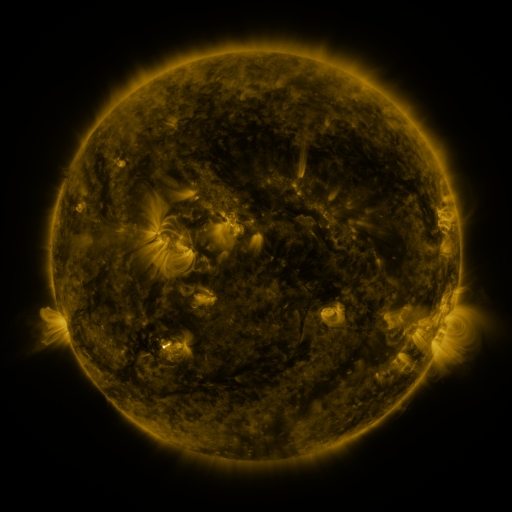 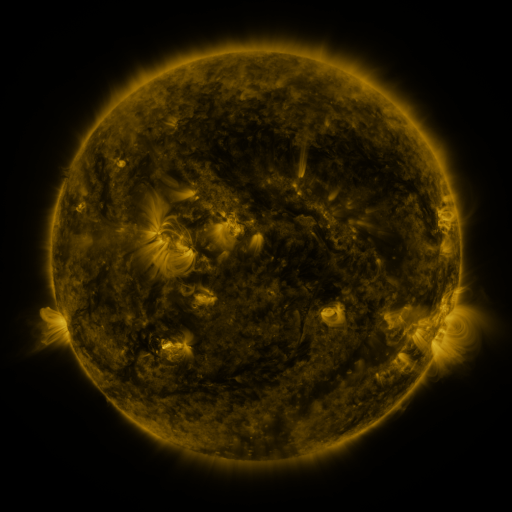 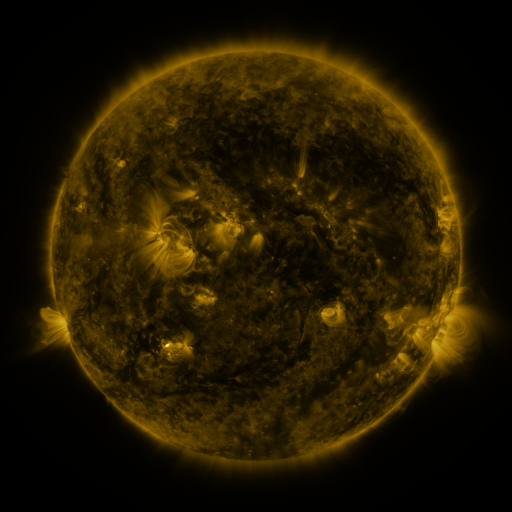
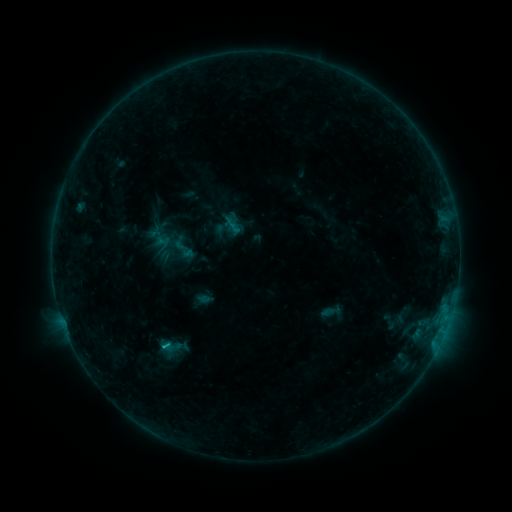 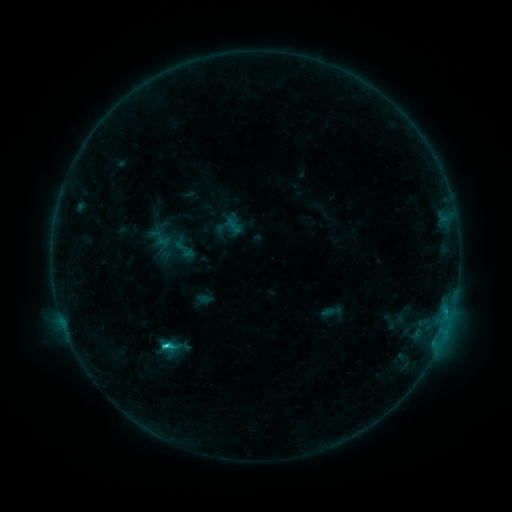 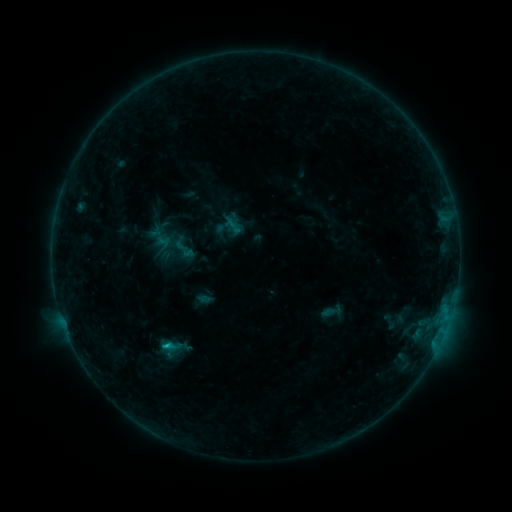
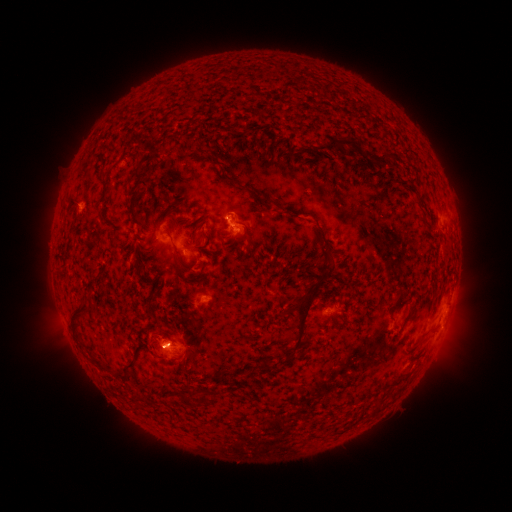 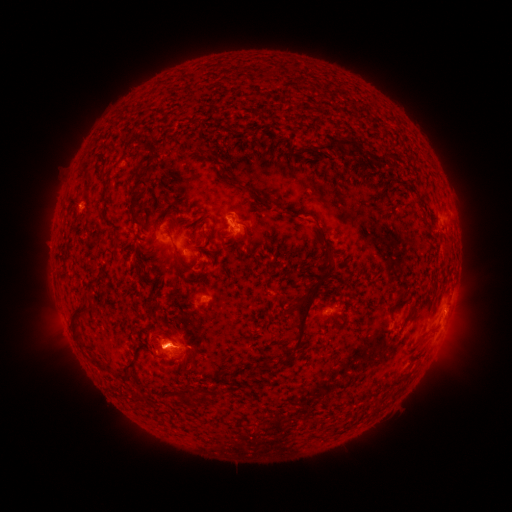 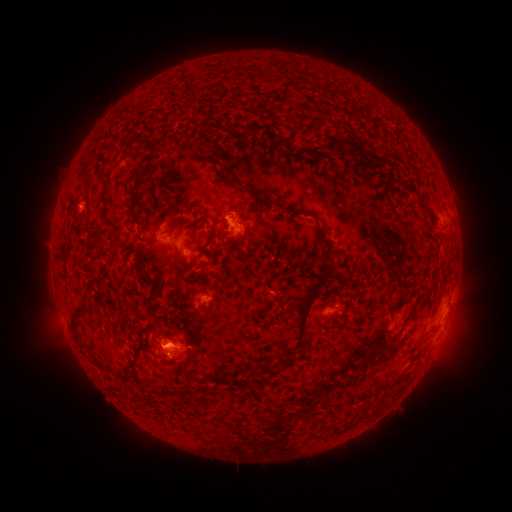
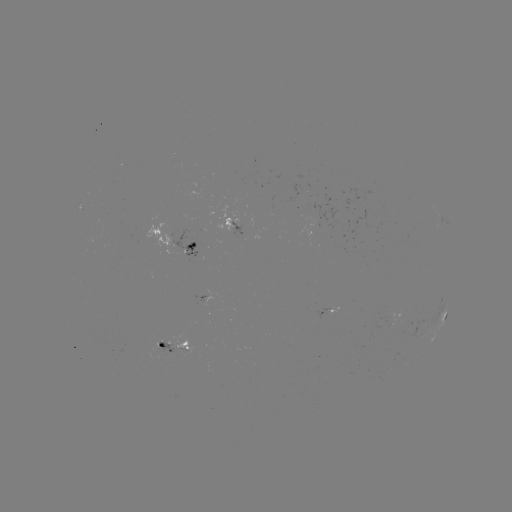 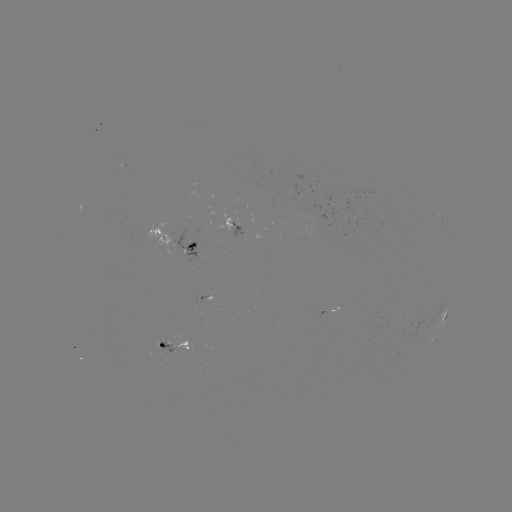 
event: flare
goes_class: C1.8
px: (166, 345)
